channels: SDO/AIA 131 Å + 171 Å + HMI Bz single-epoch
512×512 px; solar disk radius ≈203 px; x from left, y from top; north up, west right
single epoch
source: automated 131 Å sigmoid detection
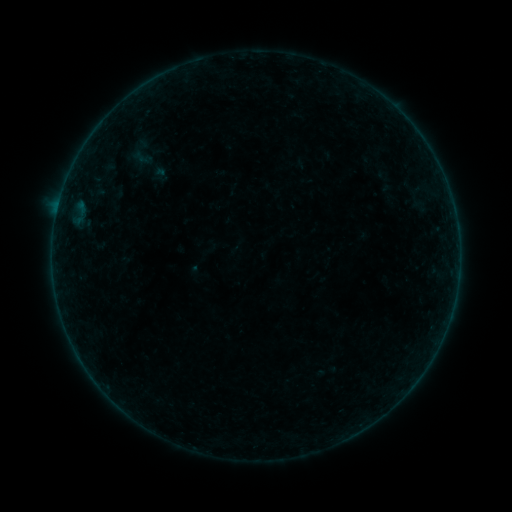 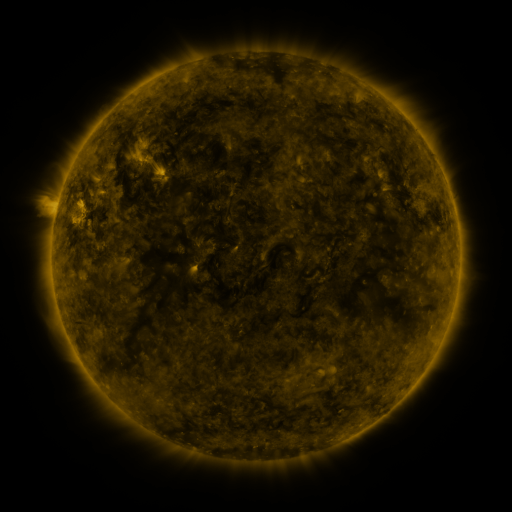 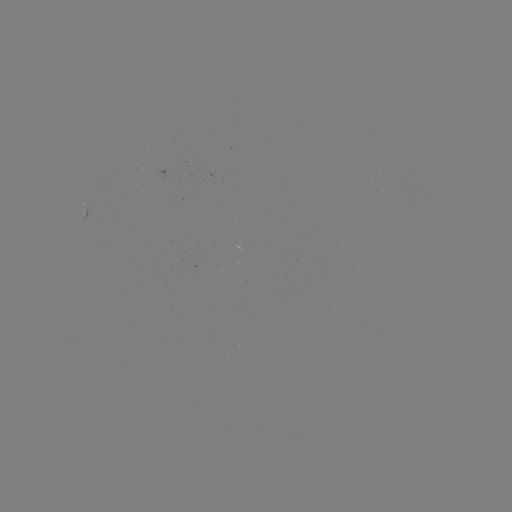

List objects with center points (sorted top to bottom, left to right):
sigmoid: <bbox>125, 135, 159, 169</bbox>
